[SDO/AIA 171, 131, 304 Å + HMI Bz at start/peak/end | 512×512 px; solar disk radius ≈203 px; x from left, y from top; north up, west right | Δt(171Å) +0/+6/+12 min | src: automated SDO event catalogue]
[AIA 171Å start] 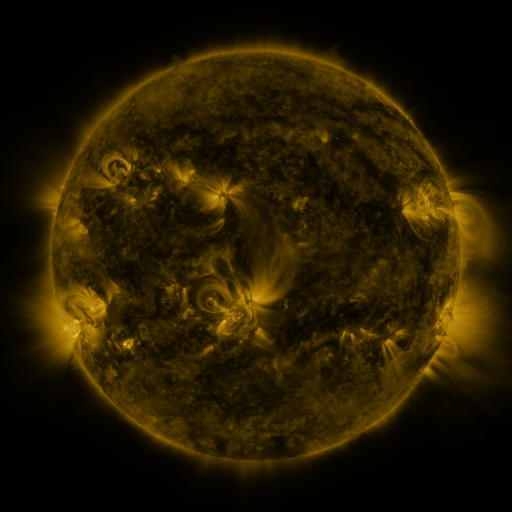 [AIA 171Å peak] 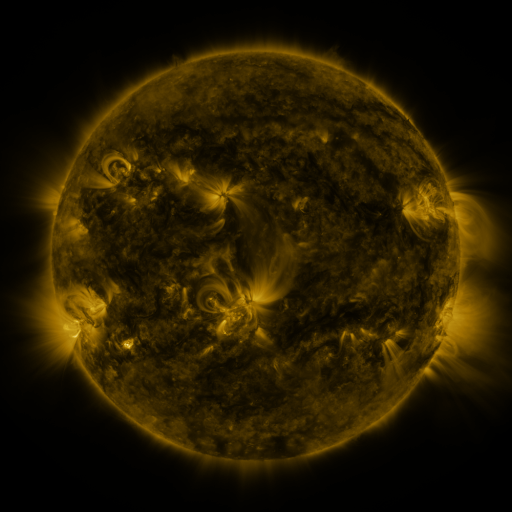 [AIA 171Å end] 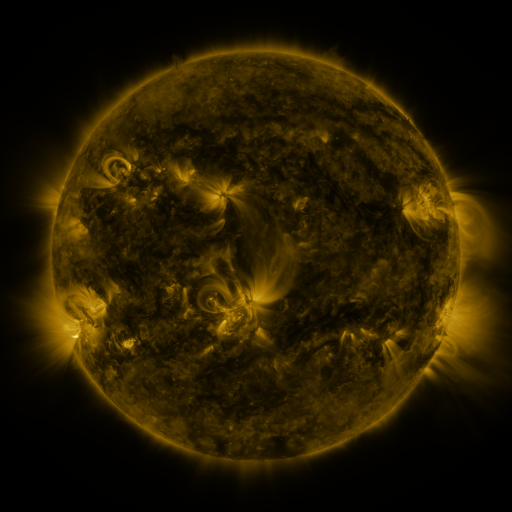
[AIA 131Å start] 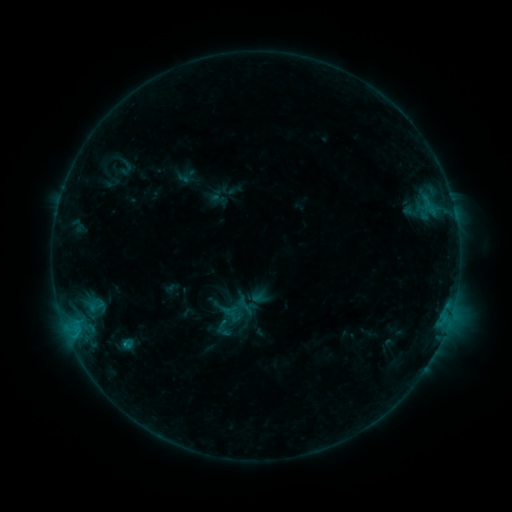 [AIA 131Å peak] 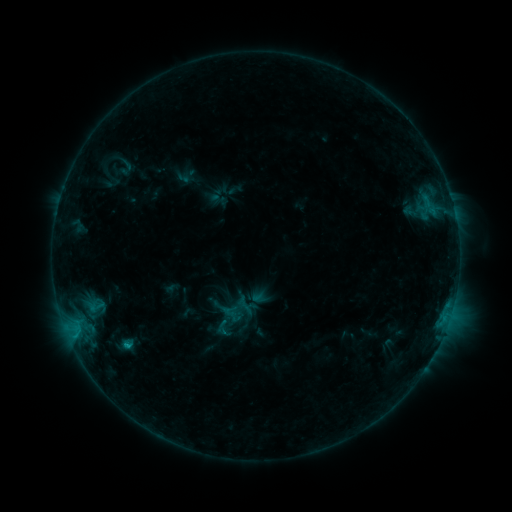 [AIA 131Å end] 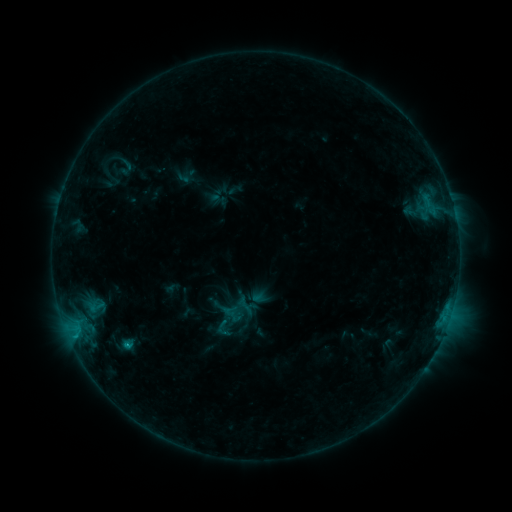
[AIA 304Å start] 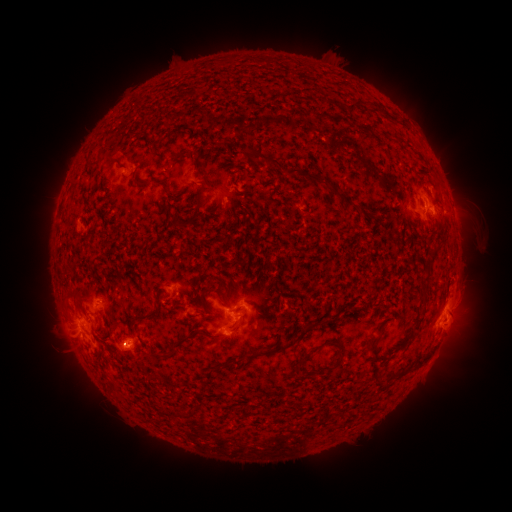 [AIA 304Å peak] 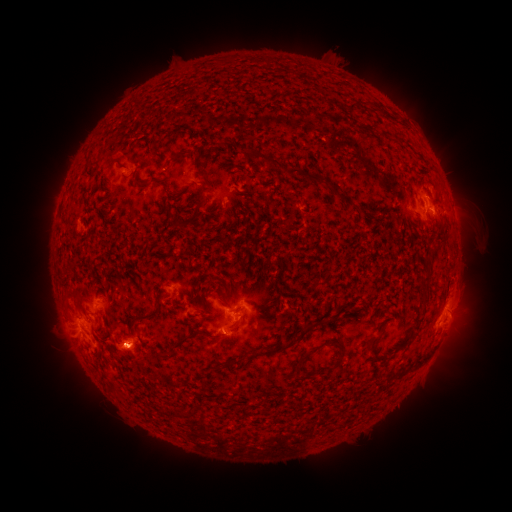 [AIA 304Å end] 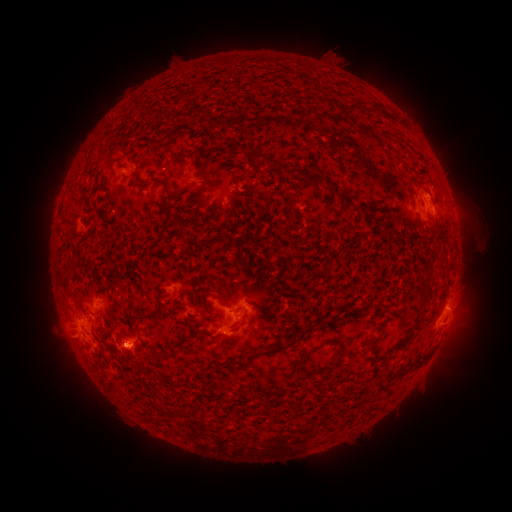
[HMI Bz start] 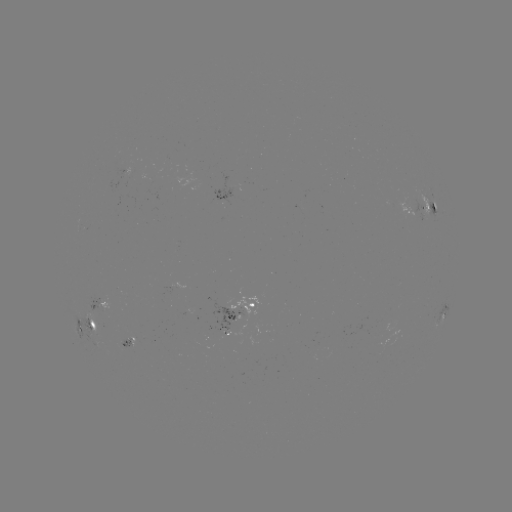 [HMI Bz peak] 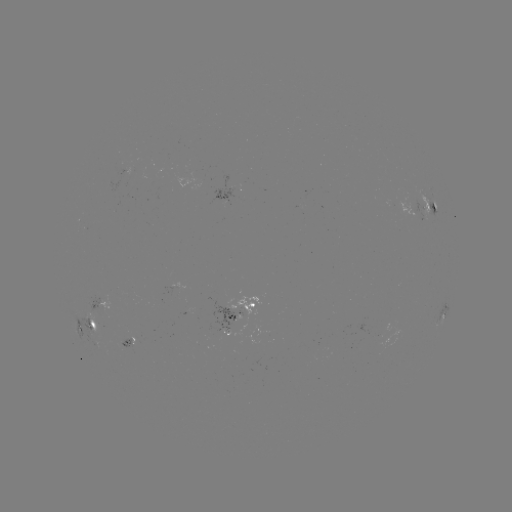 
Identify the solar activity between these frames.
B8.9 flare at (129, 345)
